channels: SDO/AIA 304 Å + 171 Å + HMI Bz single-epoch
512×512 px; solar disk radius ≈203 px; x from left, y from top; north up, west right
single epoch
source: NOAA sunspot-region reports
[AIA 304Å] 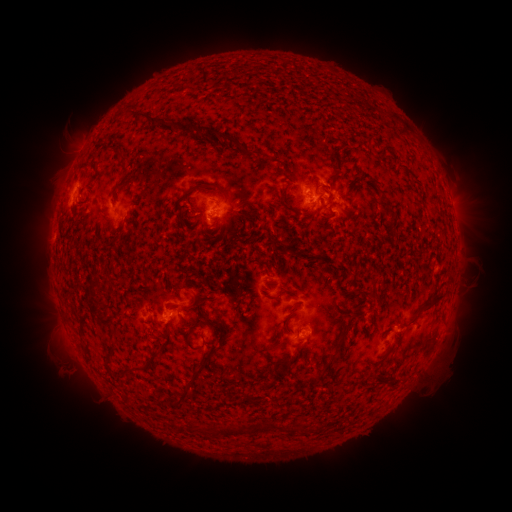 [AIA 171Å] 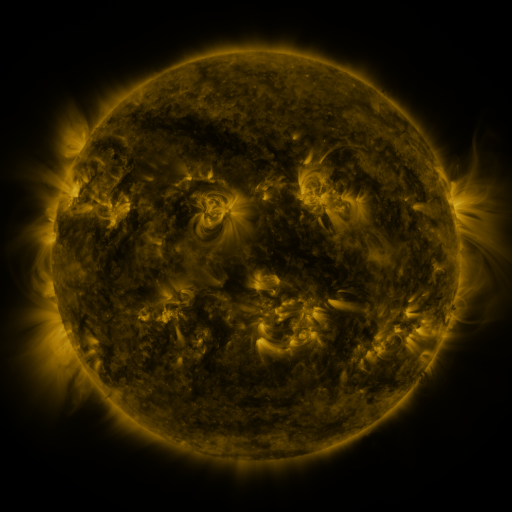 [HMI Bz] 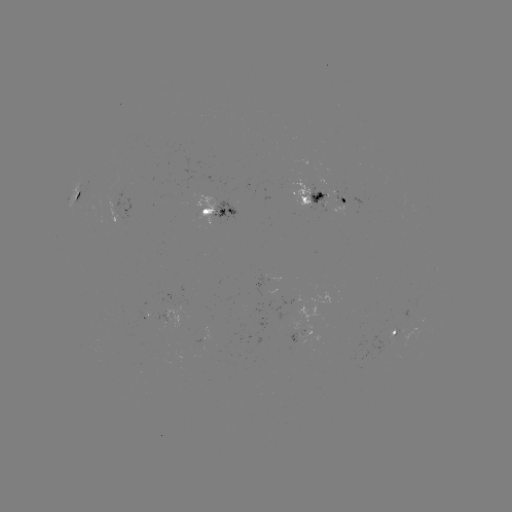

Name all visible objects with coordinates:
spotted active region: (313, 196)
spotted active region: (342, 196)
spotted active region: (75, 200)
spotted active region: (217, 213)
spotted active region: (168, 319)
spotted active region: (418, 325)
spotted active region: (400, 327)
